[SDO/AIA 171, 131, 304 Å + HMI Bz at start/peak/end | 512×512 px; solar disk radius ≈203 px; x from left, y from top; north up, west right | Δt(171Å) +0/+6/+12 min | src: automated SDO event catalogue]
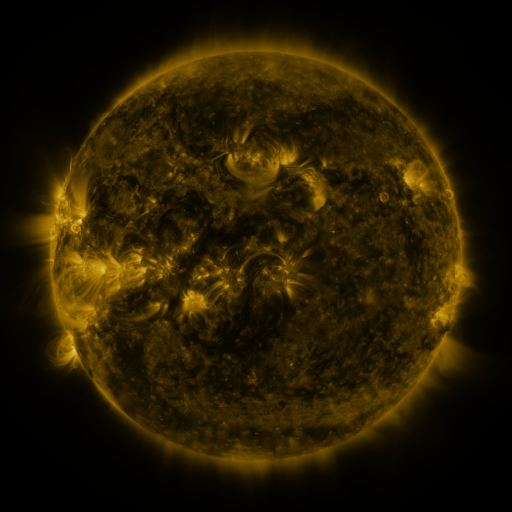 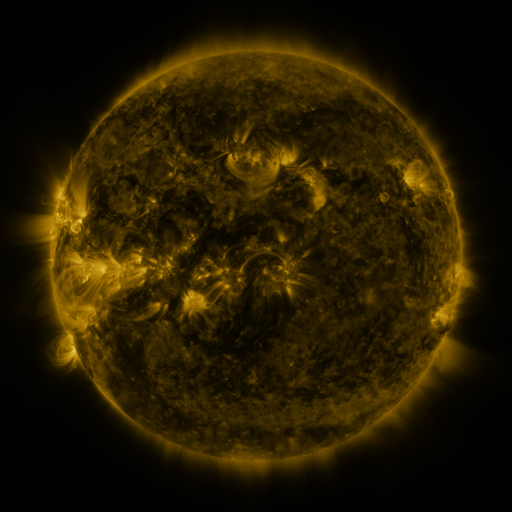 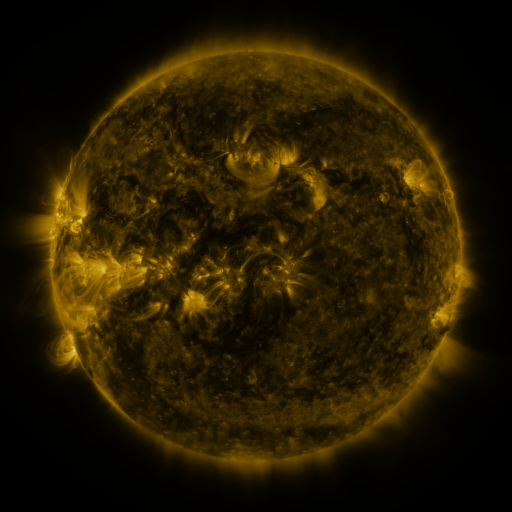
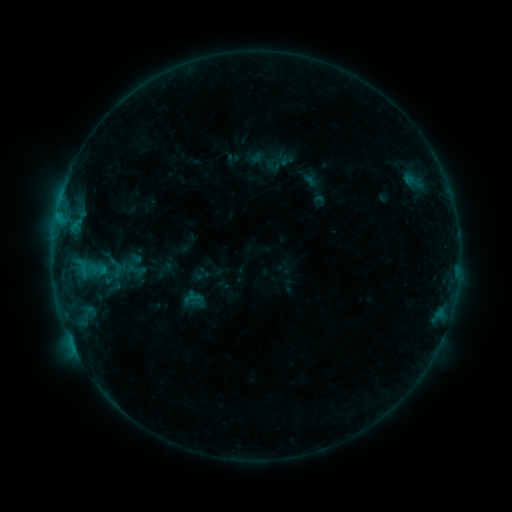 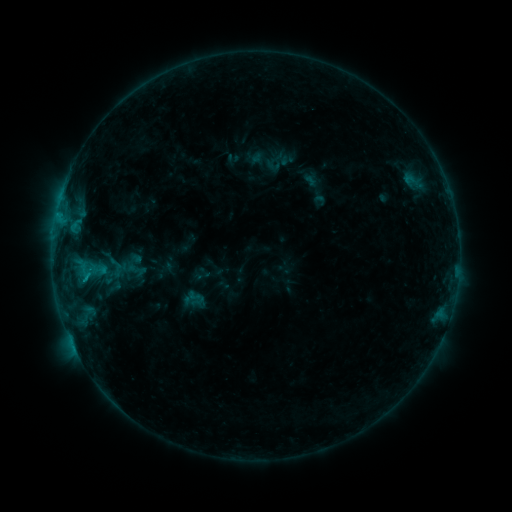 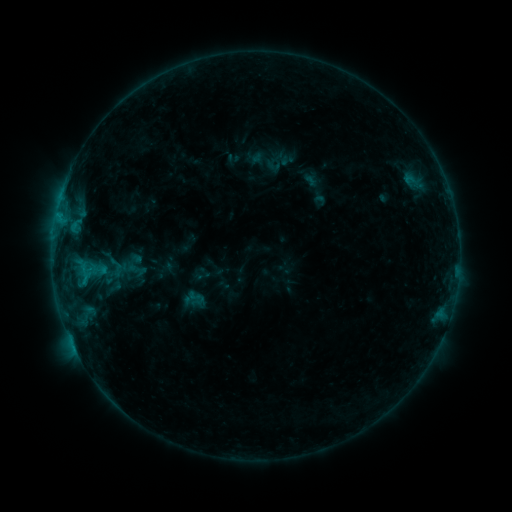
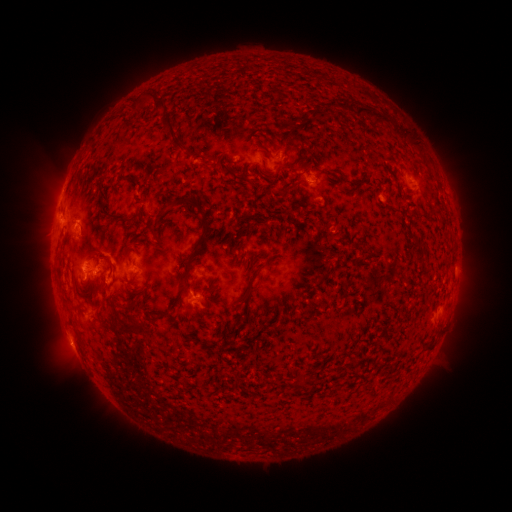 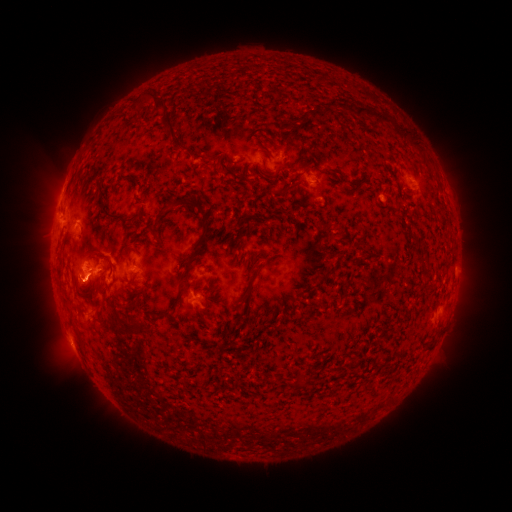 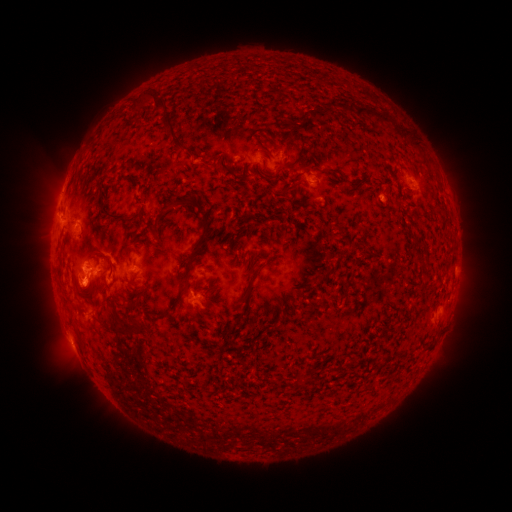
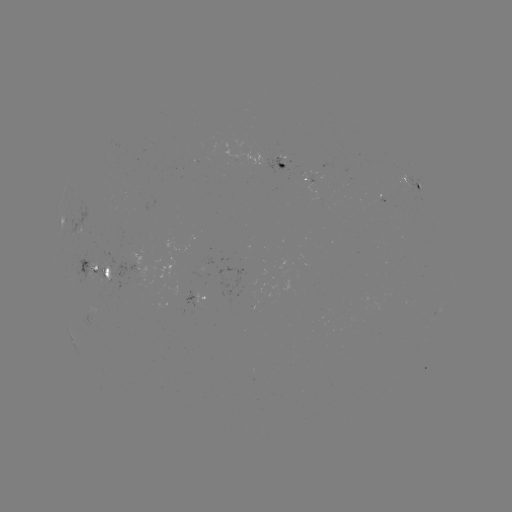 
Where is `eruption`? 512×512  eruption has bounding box [62, 268, 110, 316].